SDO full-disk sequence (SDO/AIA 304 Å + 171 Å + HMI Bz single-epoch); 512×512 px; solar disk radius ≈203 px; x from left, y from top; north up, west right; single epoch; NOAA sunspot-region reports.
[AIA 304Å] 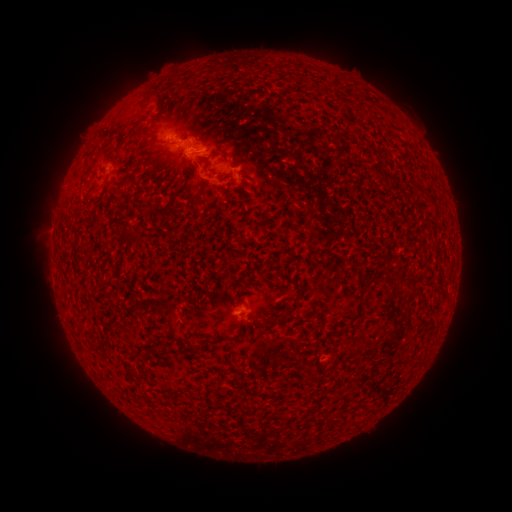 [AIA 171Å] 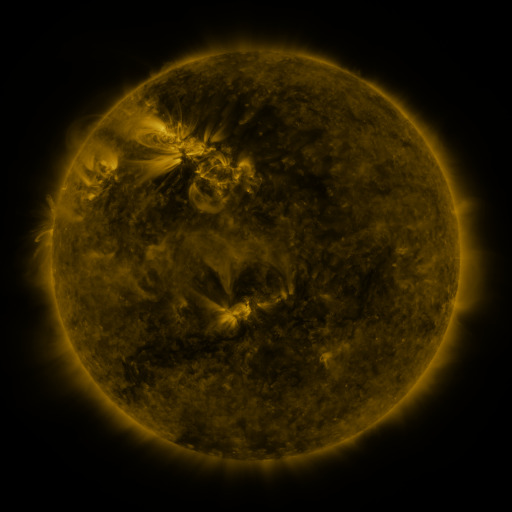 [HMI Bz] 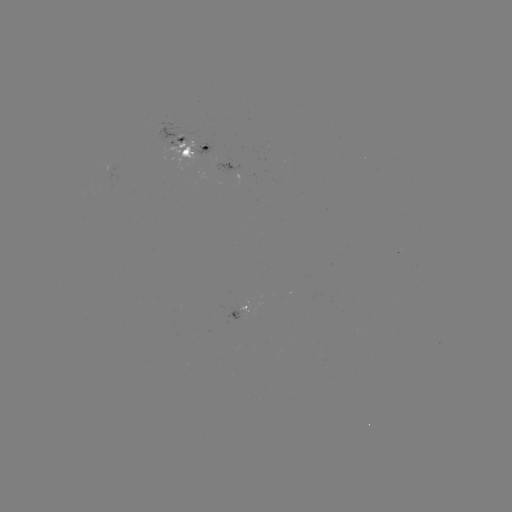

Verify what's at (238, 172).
spotted active region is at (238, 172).